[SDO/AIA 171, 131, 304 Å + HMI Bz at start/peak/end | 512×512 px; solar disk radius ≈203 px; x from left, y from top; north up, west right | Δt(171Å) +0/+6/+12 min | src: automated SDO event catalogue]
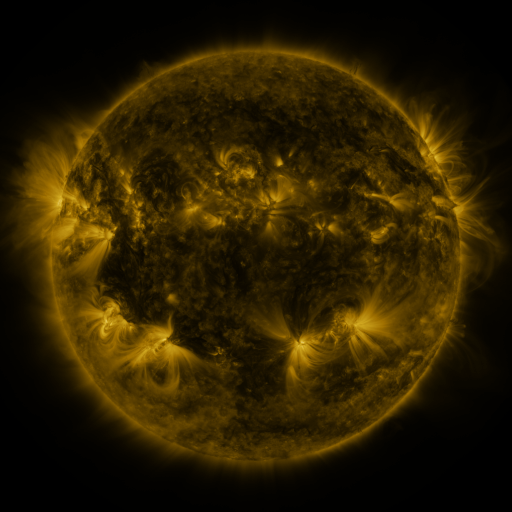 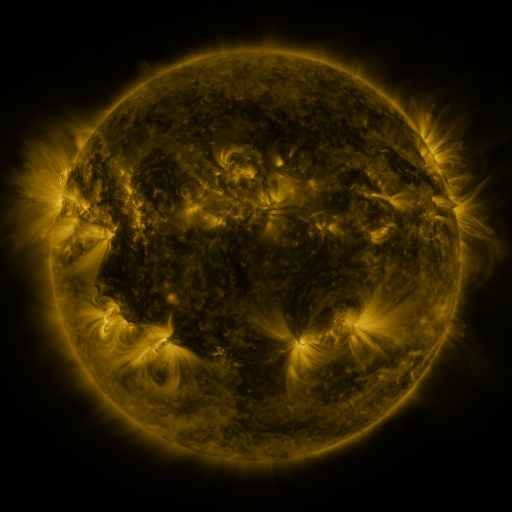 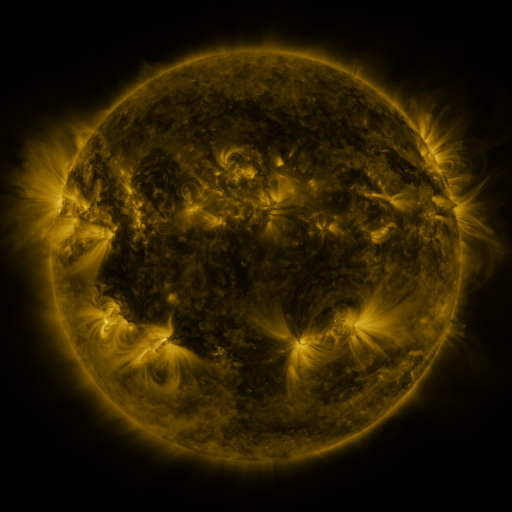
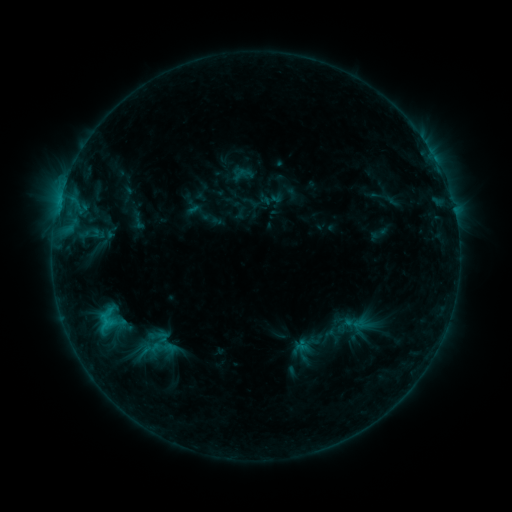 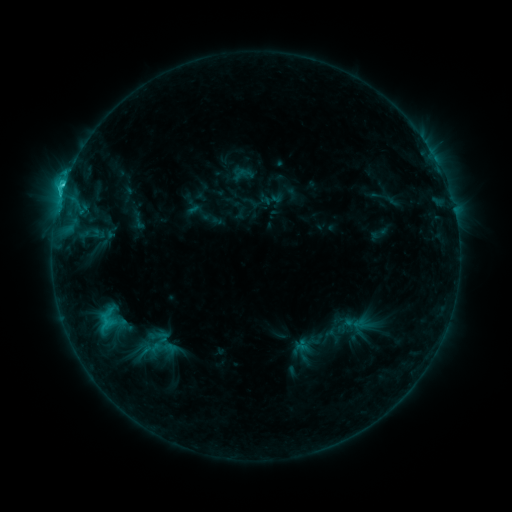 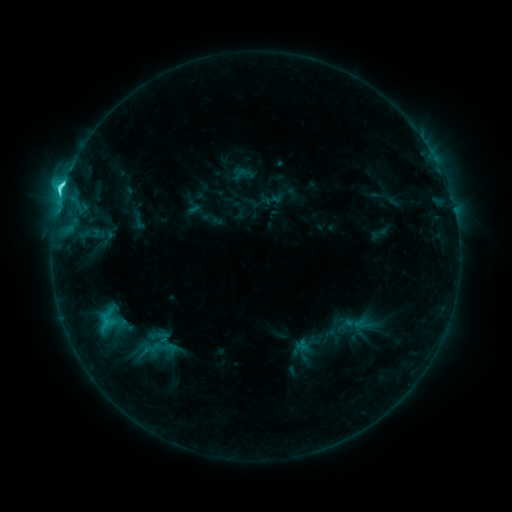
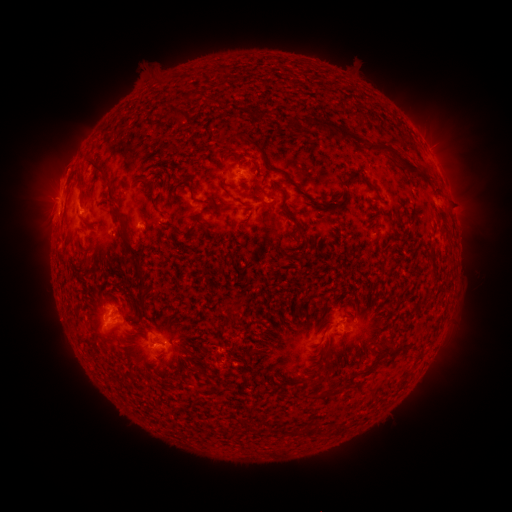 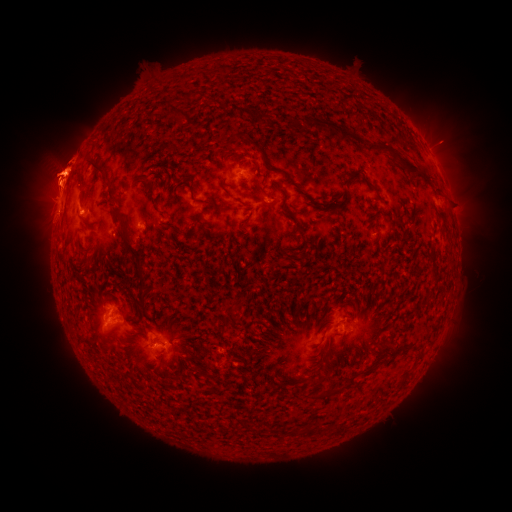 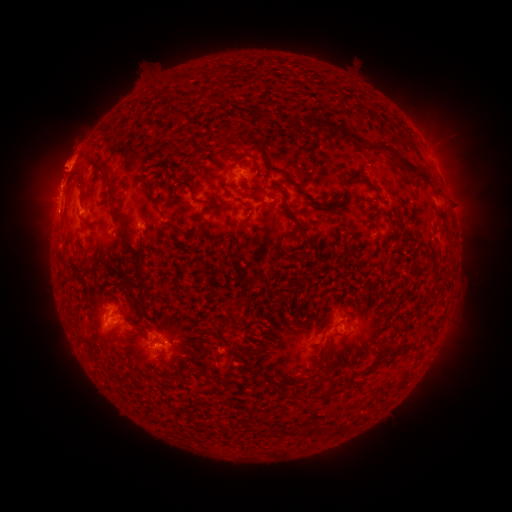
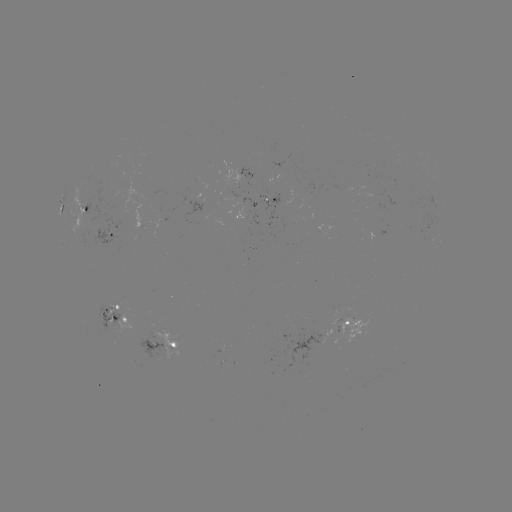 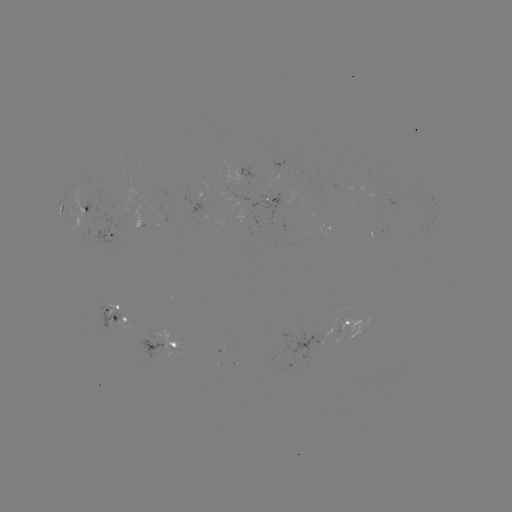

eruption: <bbox>34, 219, 86, 288</bbox>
